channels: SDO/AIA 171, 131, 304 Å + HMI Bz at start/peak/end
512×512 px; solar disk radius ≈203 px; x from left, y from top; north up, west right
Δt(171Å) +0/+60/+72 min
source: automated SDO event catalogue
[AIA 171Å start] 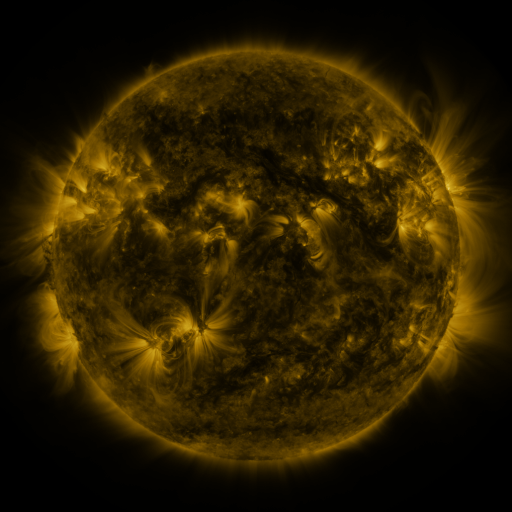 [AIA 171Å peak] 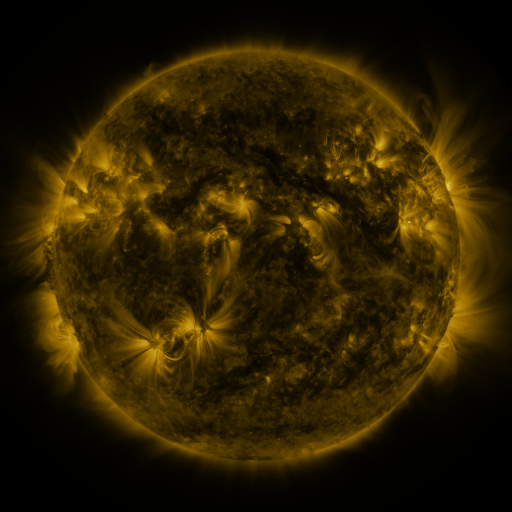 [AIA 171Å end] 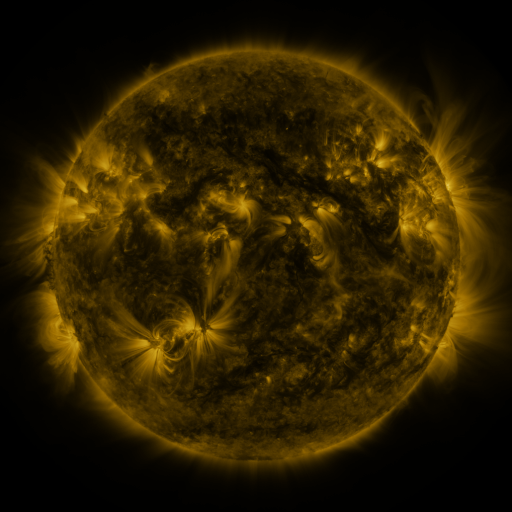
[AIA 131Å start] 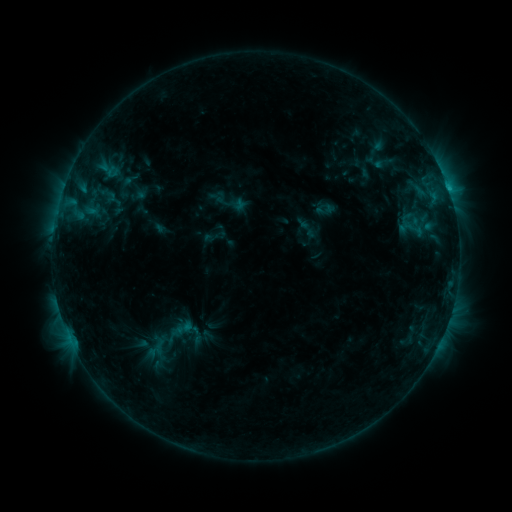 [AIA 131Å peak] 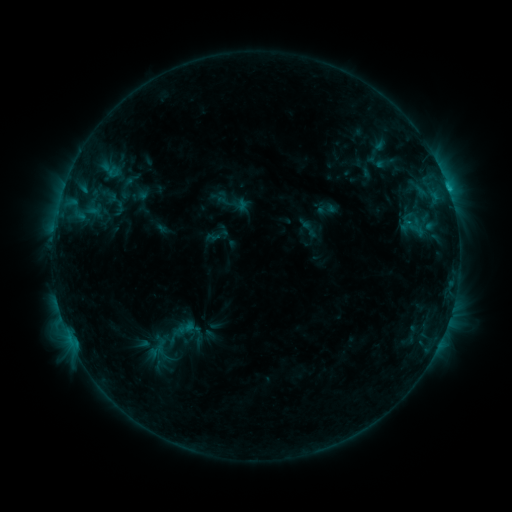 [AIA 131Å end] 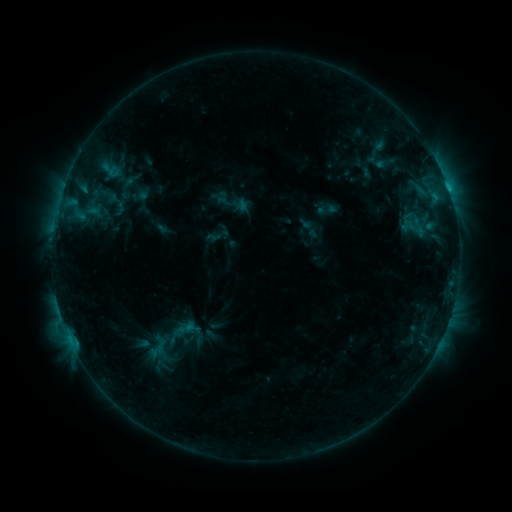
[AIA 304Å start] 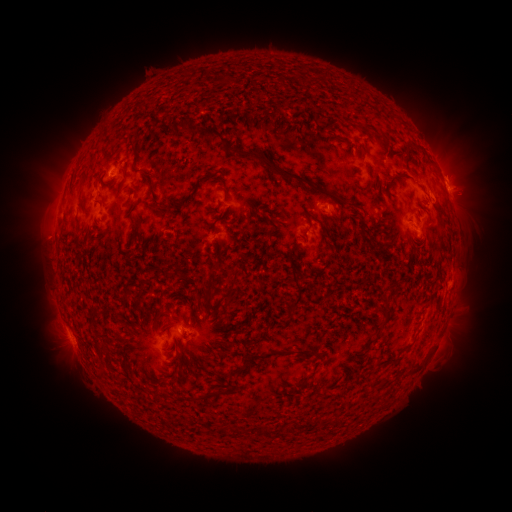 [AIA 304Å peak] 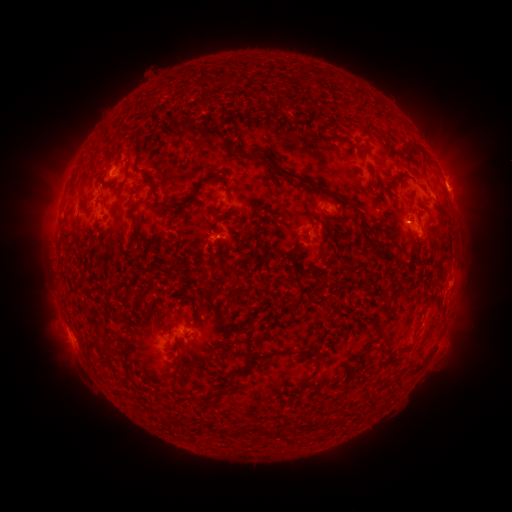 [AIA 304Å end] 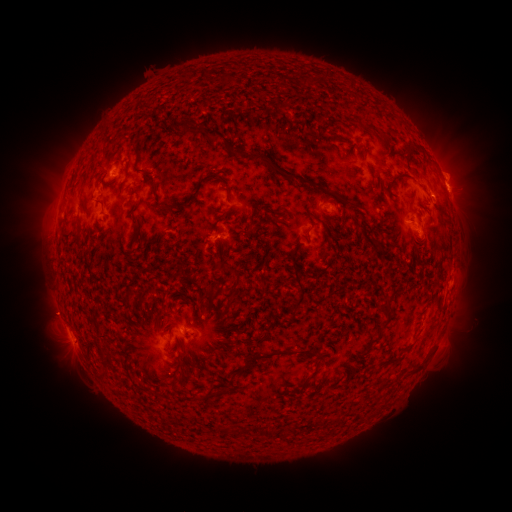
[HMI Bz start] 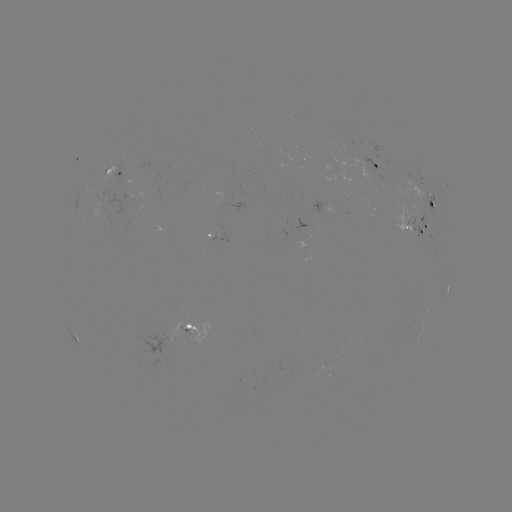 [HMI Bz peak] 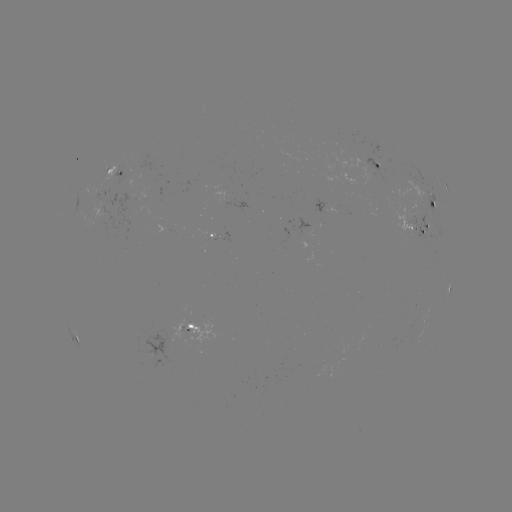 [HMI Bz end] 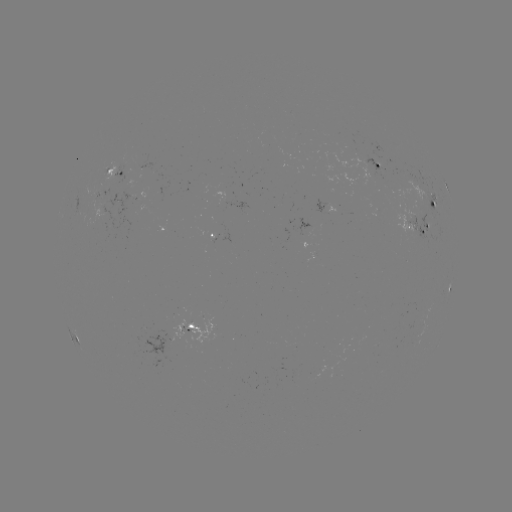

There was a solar emerging-flux region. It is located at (419, 215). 